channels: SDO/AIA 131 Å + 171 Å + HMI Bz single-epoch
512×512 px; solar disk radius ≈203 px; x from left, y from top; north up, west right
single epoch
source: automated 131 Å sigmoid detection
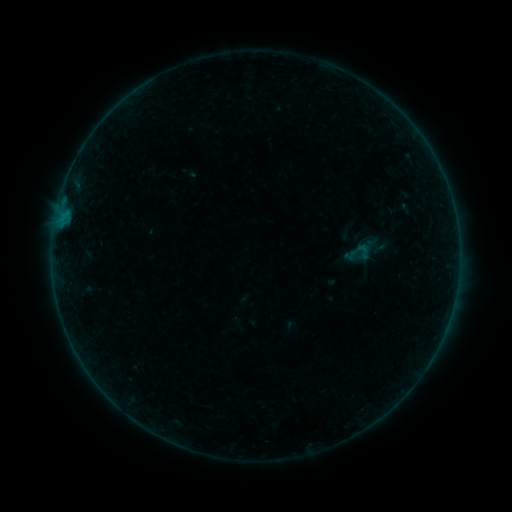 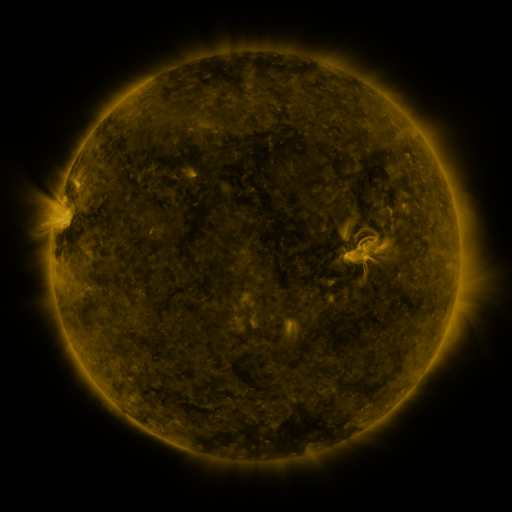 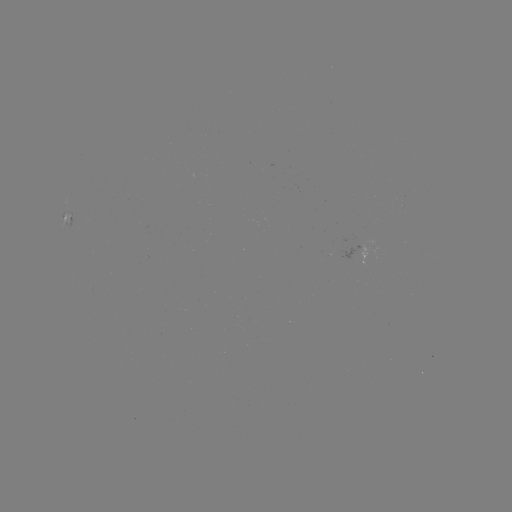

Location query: sigmoid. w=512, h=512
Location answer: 363,251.